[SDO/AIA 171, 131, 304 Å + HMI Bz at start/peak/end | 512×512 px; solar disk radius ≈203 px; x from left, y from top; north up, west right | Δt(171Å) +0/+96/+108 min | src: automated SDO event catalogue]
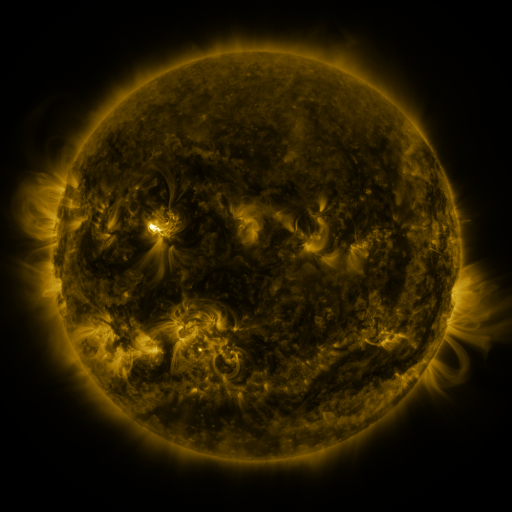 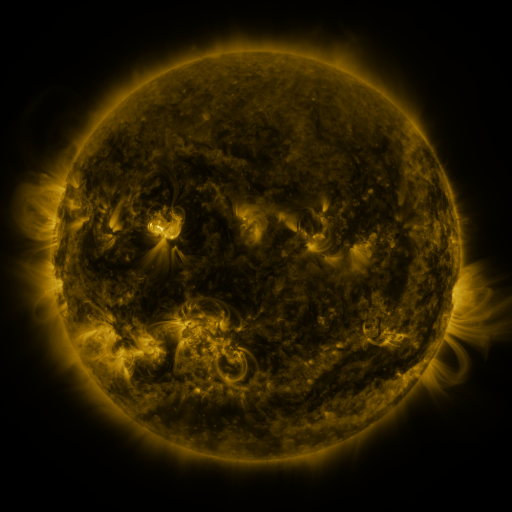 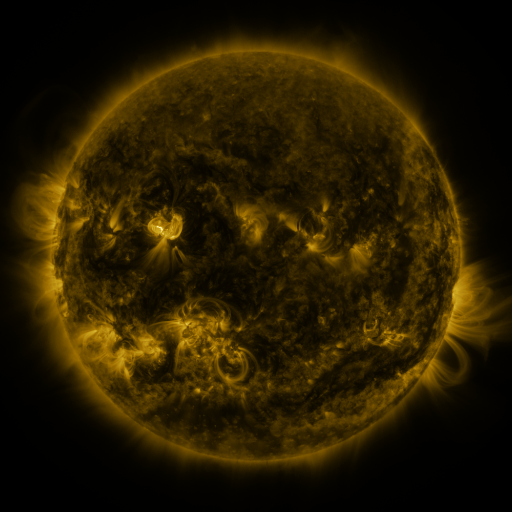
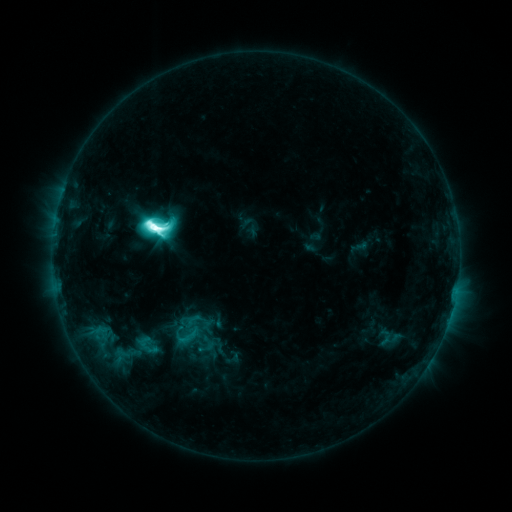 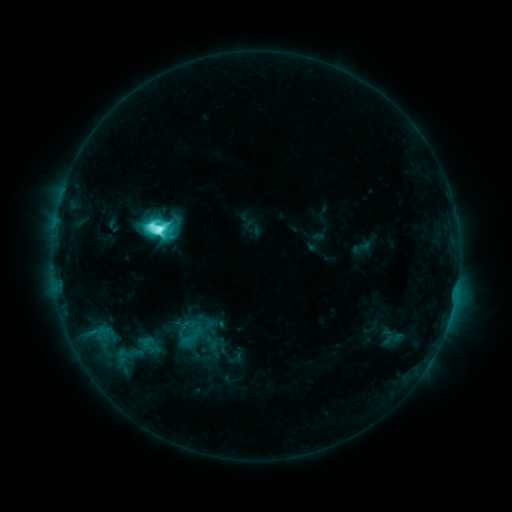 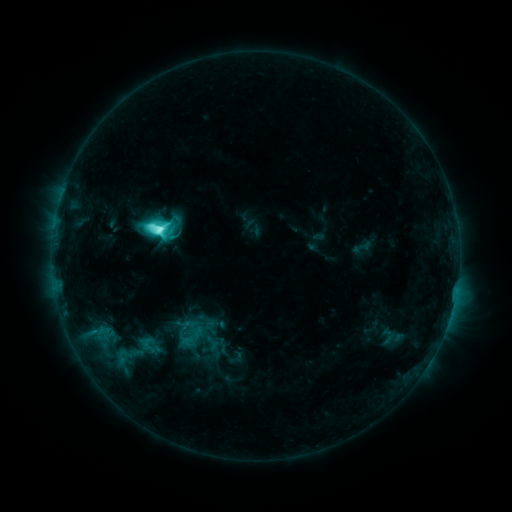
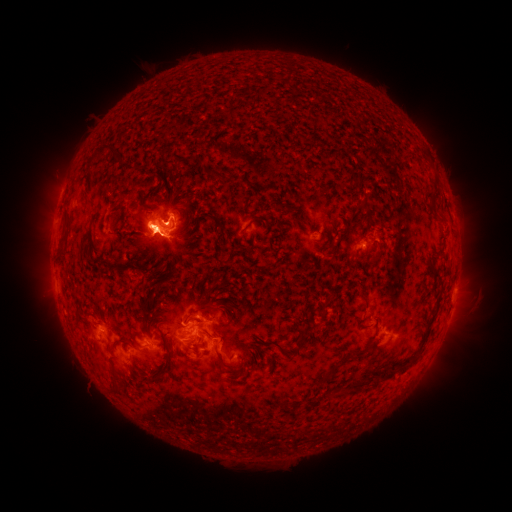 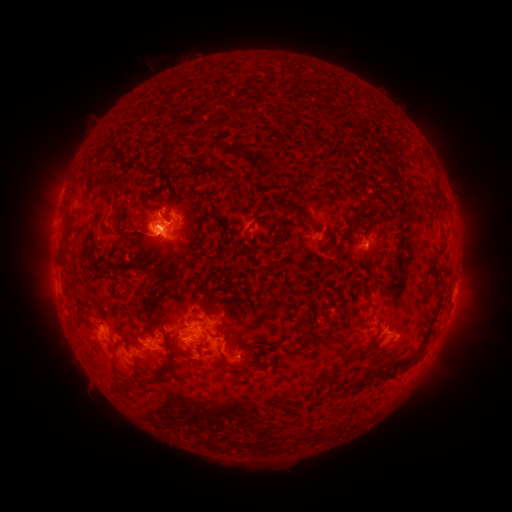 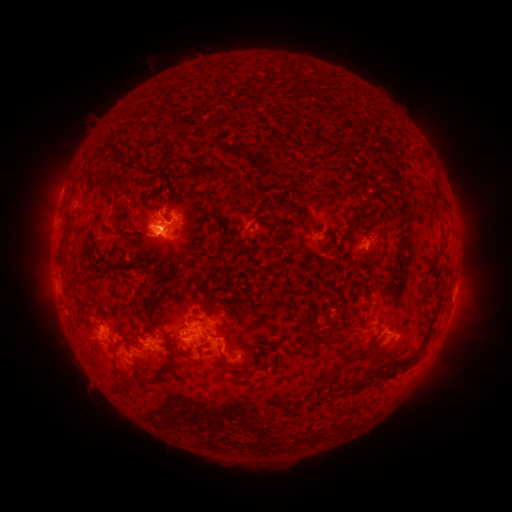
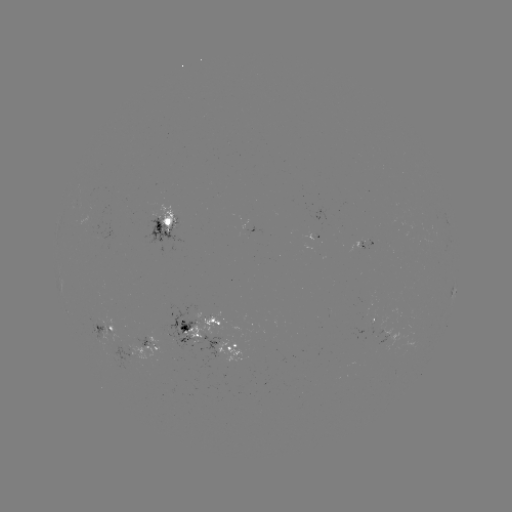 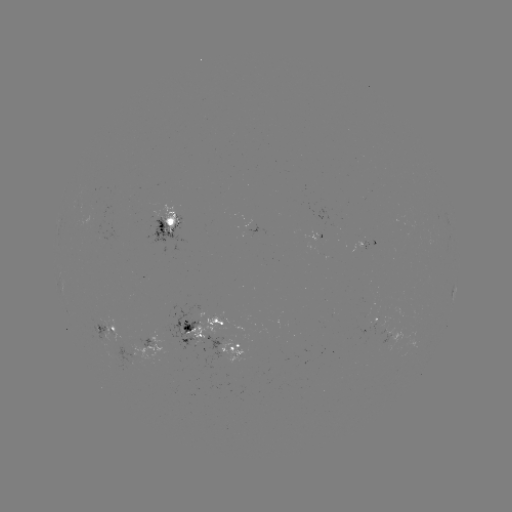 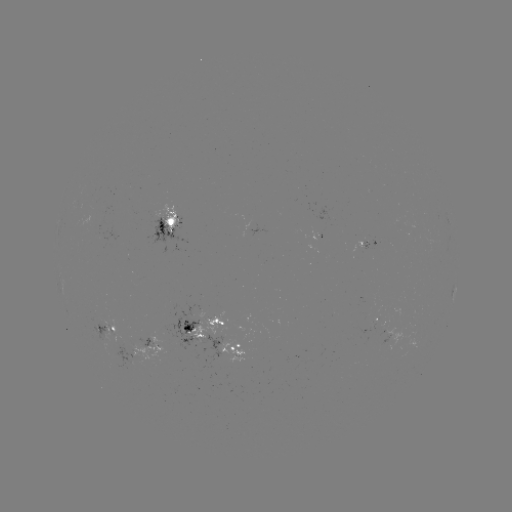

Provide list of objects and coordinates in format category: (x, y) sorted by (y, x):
emerging-flux region: (184, 329)
